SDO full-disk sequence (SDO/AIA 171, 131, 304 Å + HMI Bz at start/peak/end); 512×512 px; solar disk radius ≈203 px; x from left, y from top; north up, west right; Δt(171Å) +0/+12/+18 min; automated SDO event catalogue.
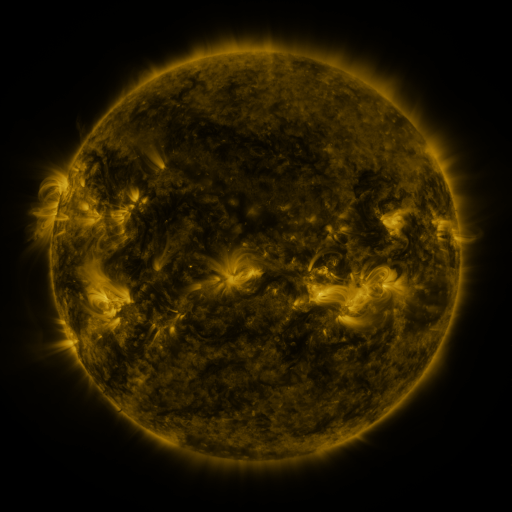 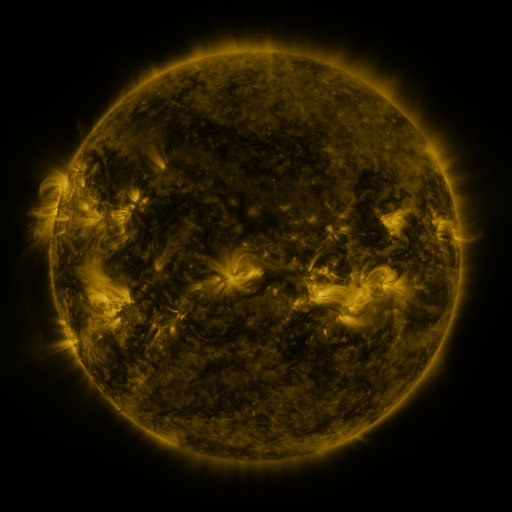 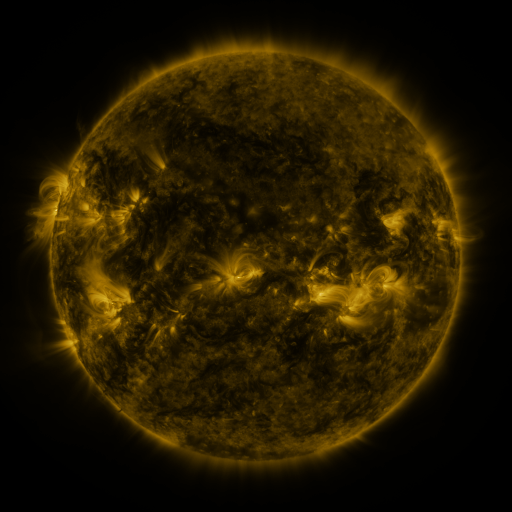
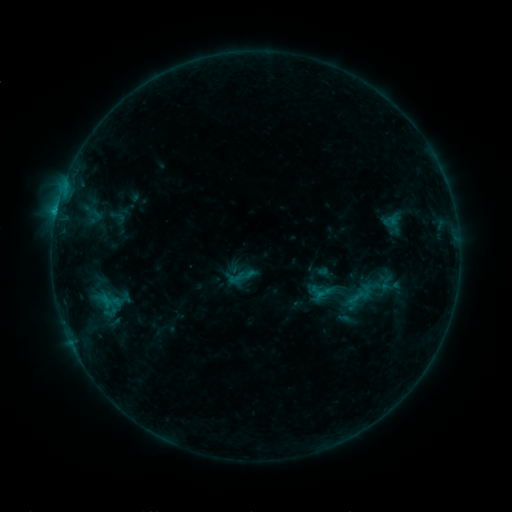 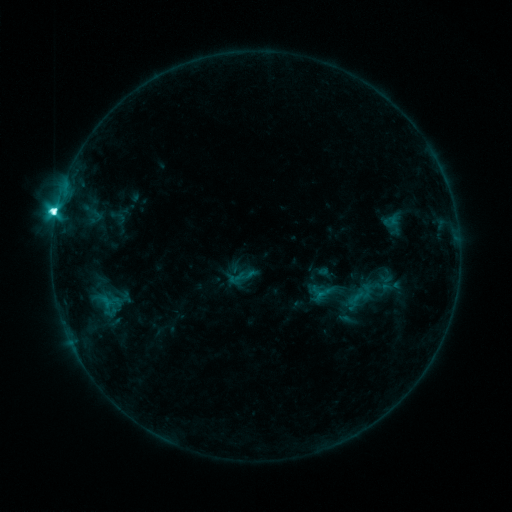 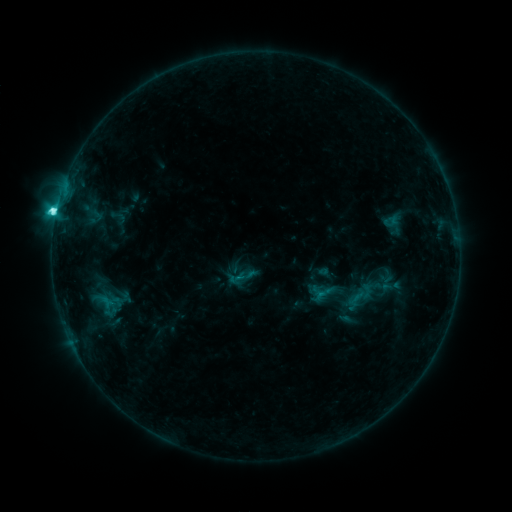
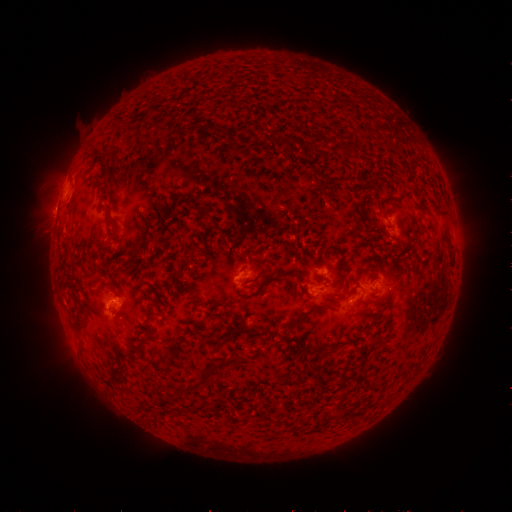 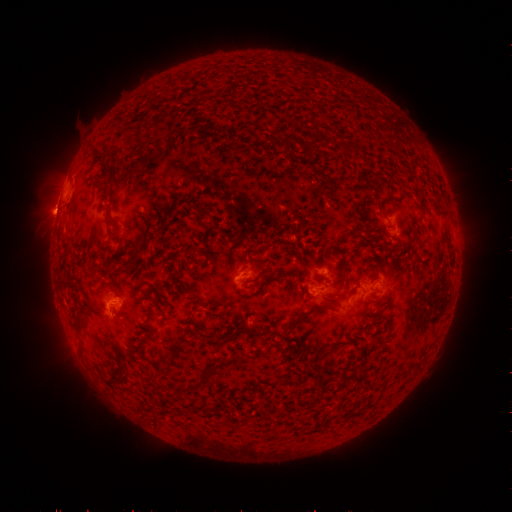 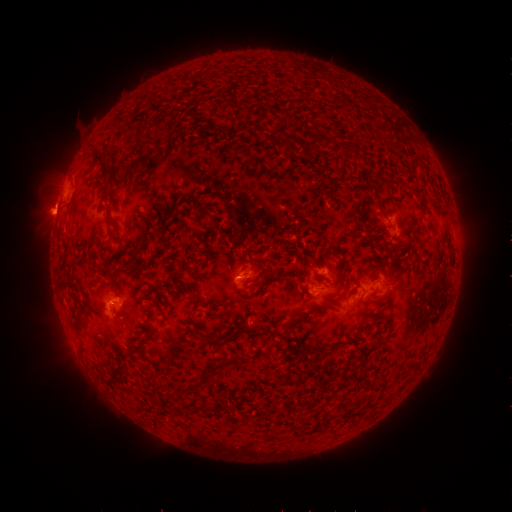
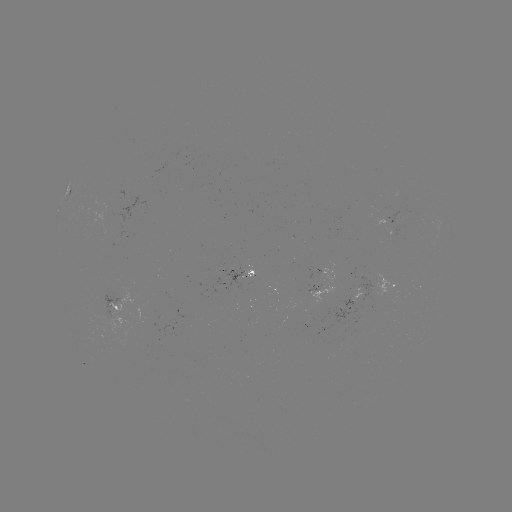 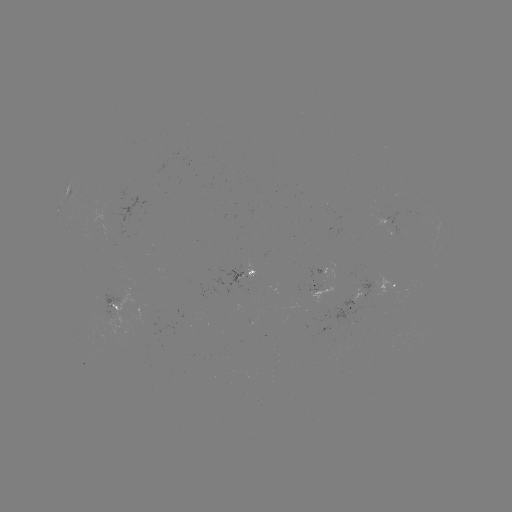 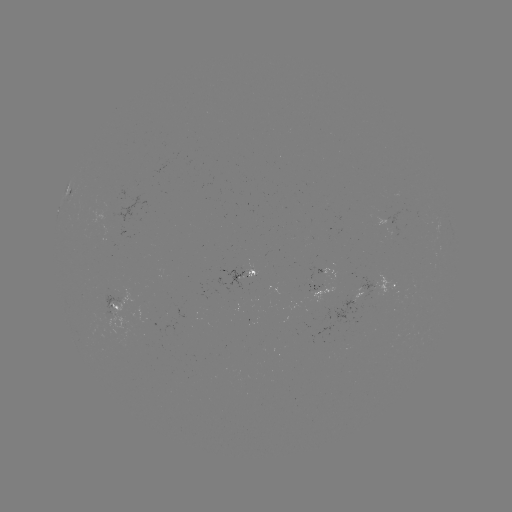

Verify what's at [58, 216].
C7.8 flare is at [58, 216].